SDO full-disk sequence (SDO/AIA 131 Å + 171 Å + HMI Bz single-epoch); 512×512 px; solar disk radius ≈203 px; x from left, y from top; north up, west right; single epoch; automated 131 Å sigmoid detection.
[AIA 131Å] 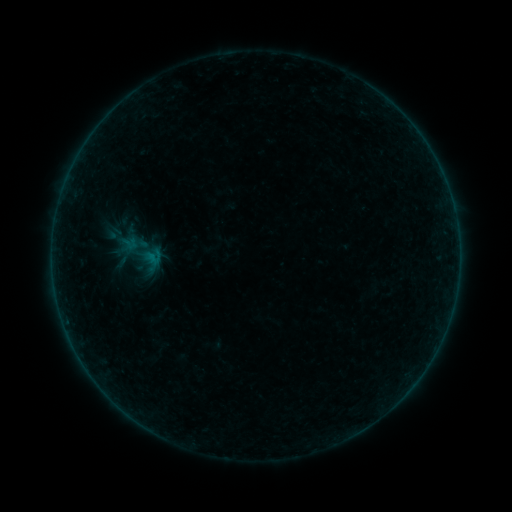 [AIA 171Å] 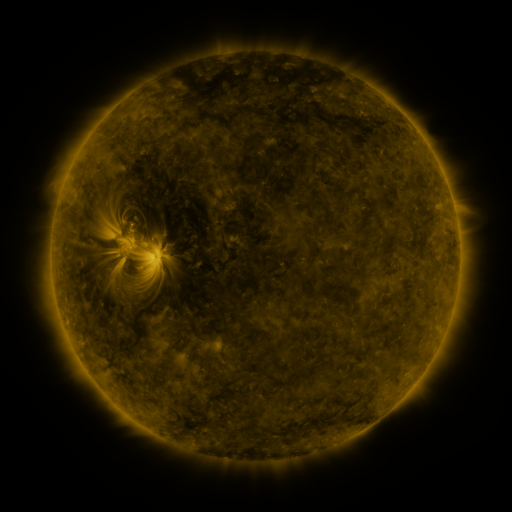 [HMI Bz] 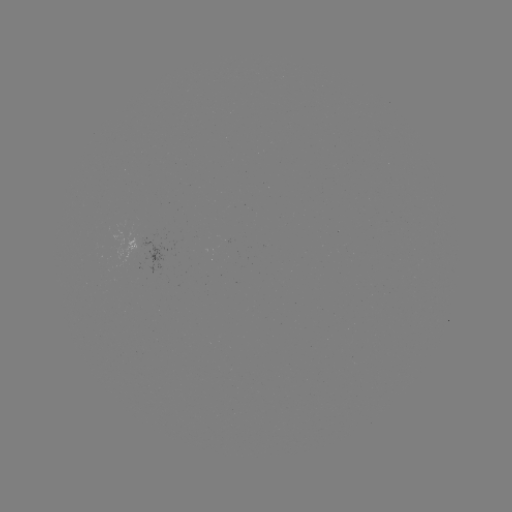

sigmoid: <bbox>113, 221, 170, 283</bbox>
